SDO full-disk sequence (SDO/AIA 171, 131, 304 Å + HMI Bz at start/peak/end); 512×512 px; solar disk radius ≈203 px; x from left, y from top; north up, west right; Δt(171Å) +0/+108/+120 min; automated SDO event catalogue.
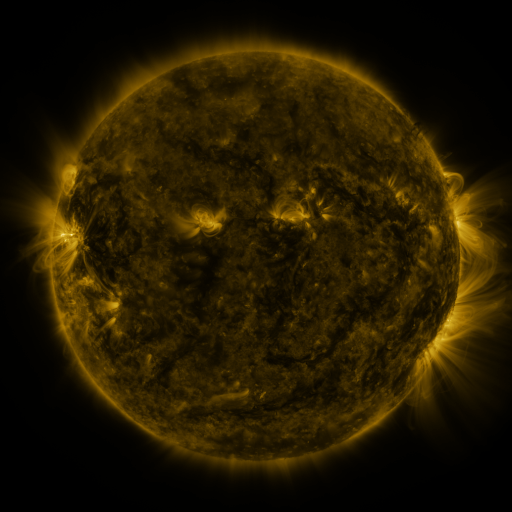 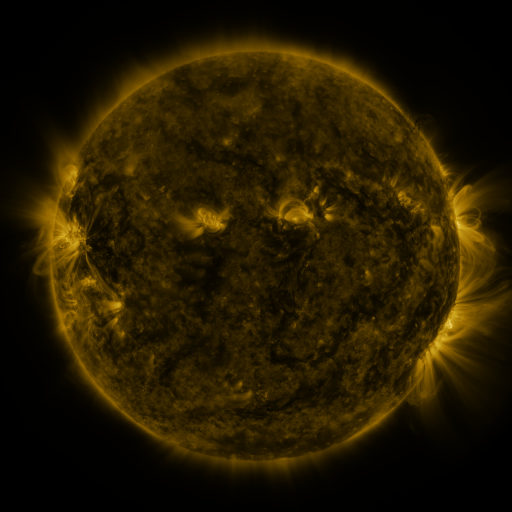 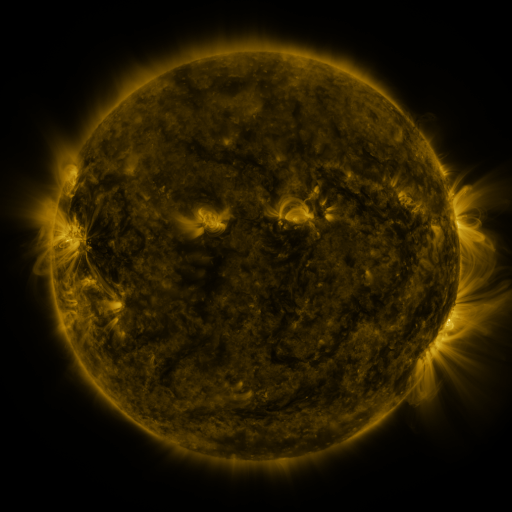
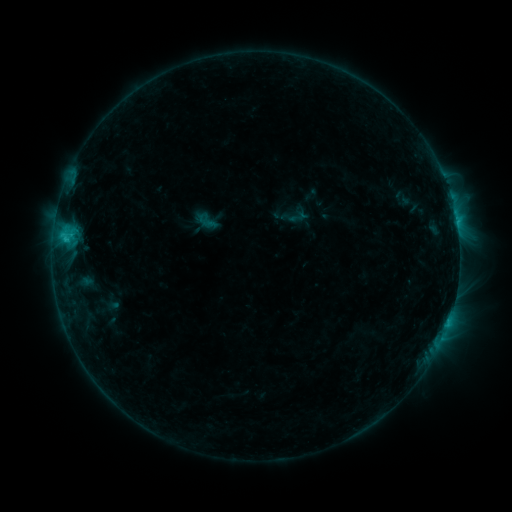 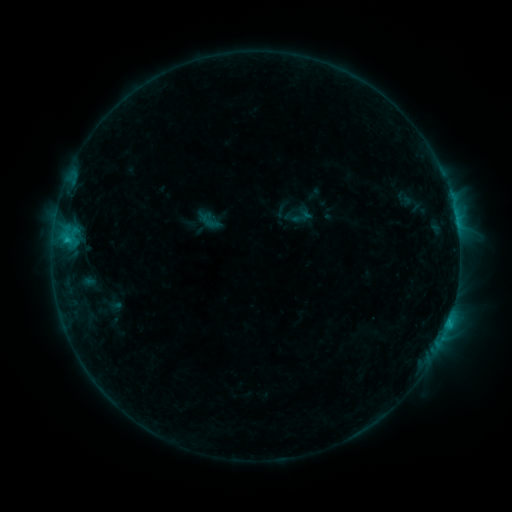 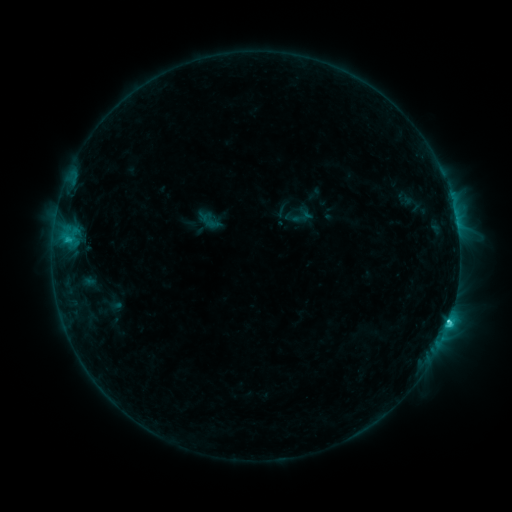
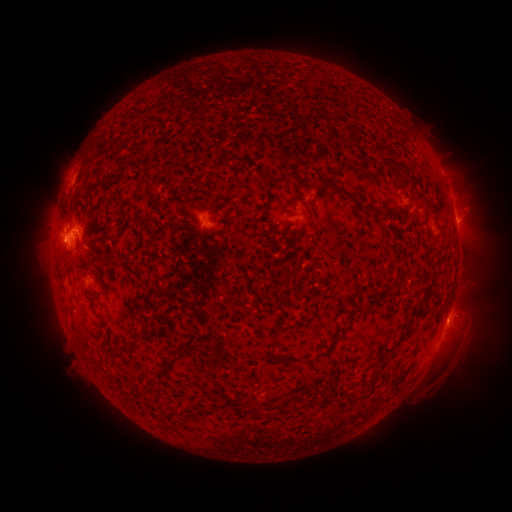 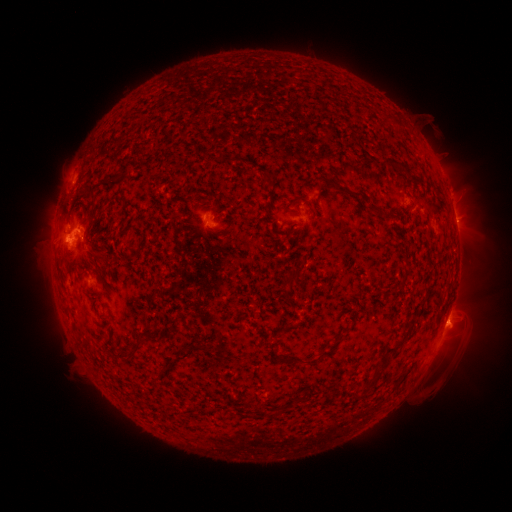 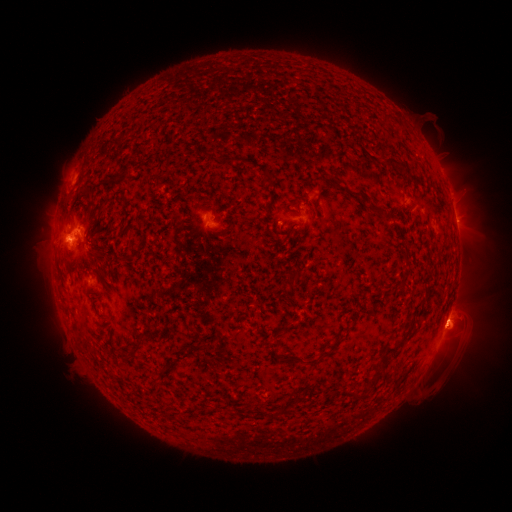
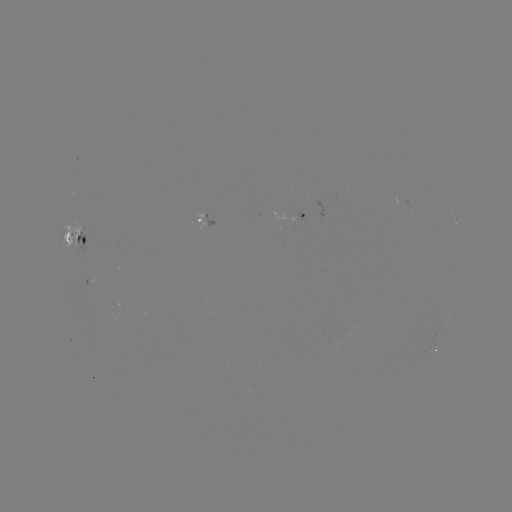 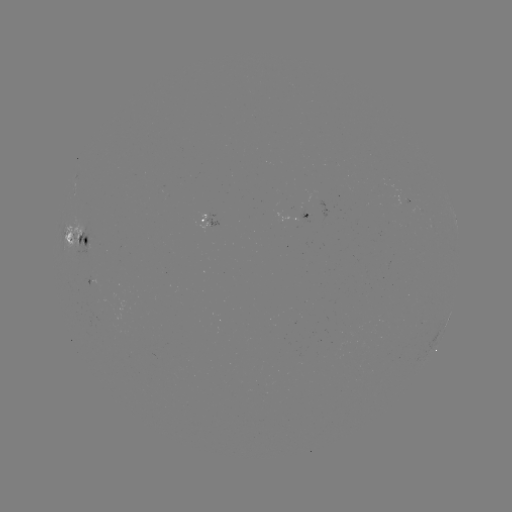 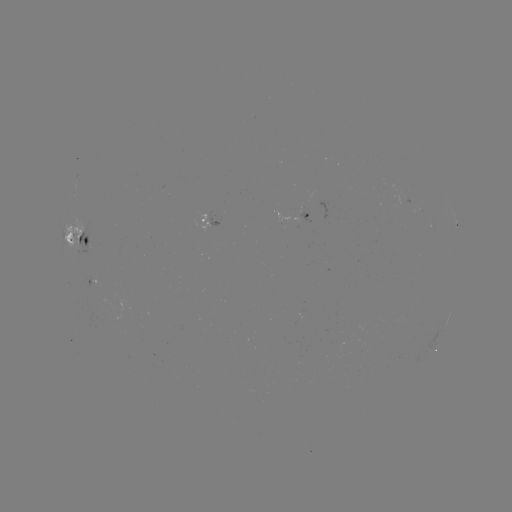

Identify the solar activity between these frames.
emerging-flux region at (303, 211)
